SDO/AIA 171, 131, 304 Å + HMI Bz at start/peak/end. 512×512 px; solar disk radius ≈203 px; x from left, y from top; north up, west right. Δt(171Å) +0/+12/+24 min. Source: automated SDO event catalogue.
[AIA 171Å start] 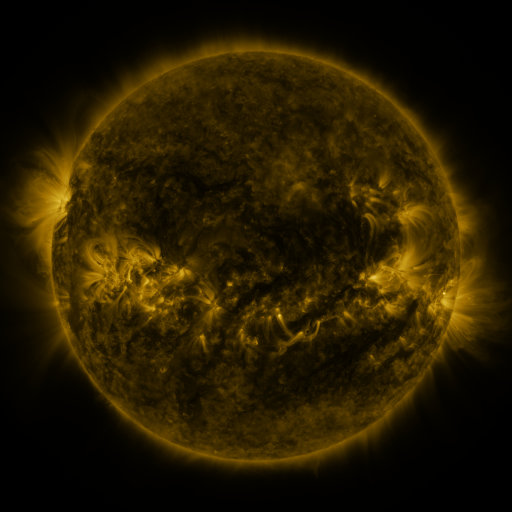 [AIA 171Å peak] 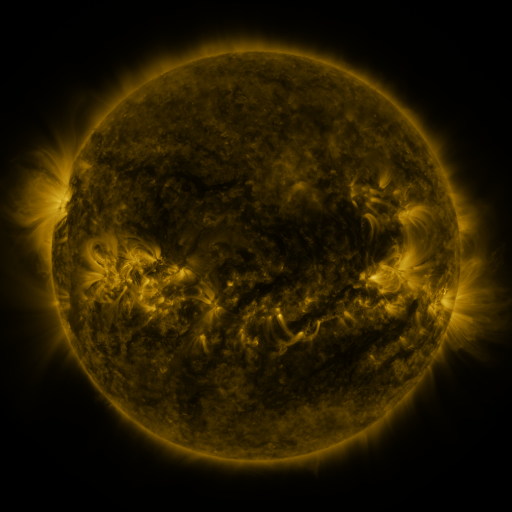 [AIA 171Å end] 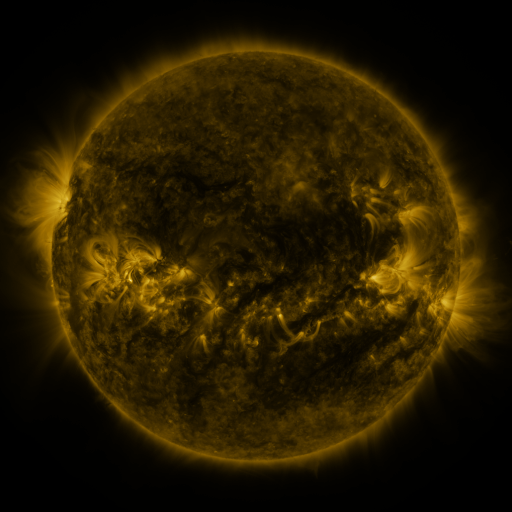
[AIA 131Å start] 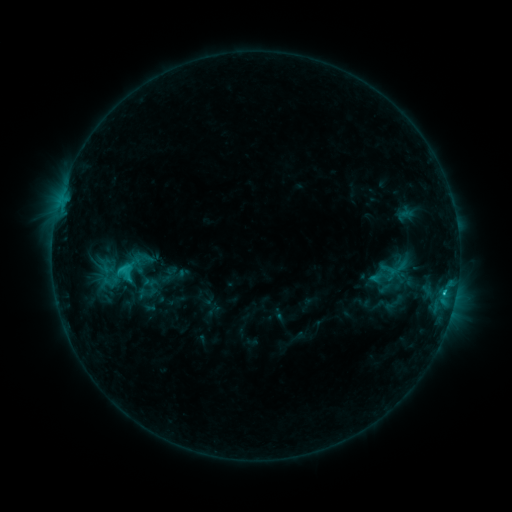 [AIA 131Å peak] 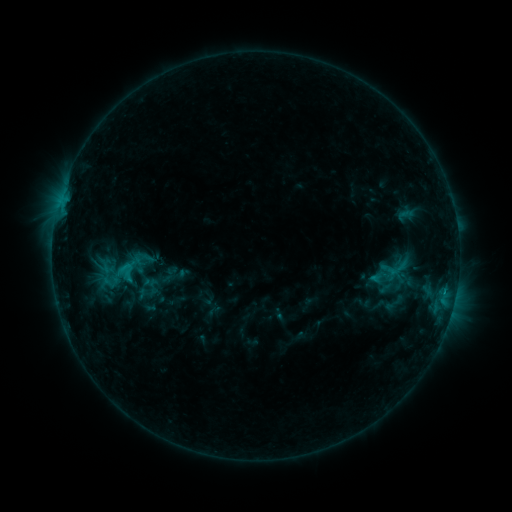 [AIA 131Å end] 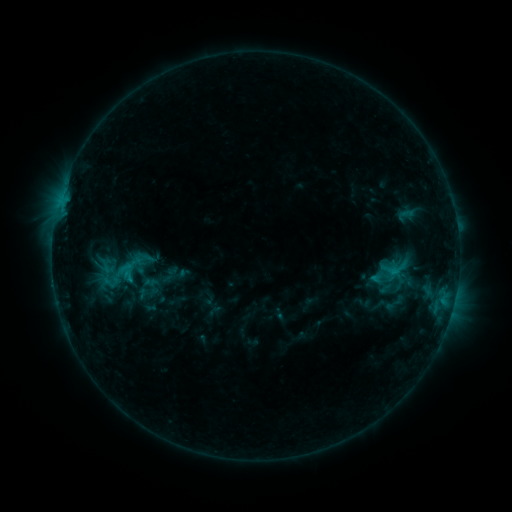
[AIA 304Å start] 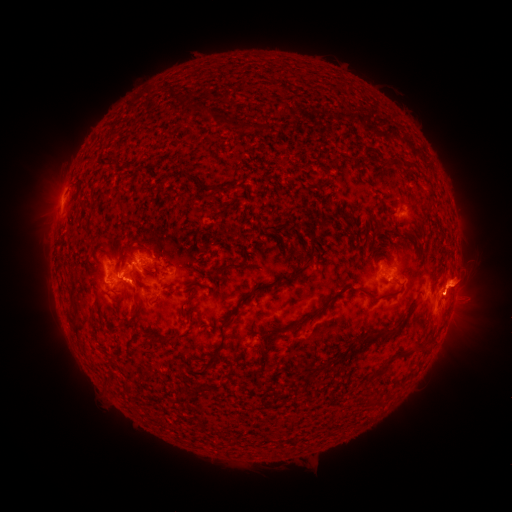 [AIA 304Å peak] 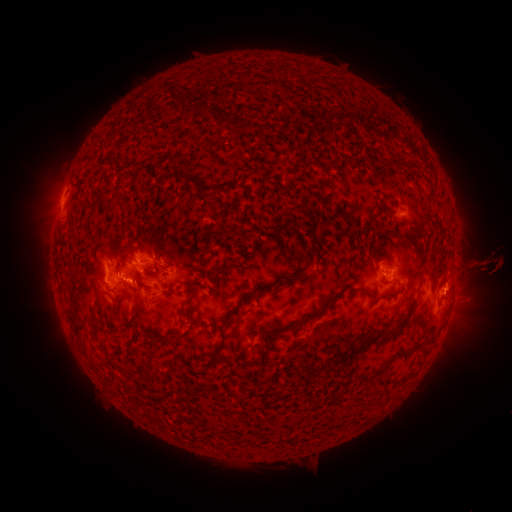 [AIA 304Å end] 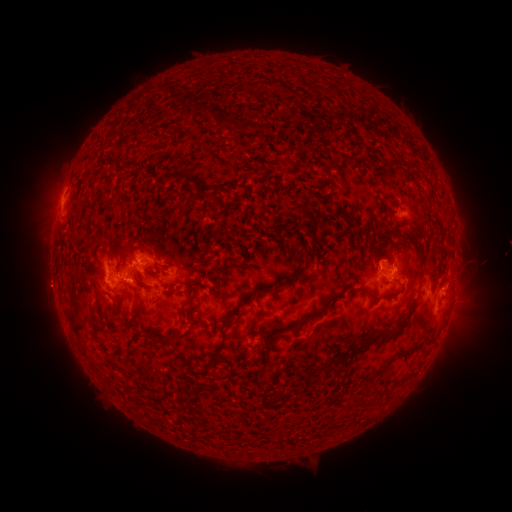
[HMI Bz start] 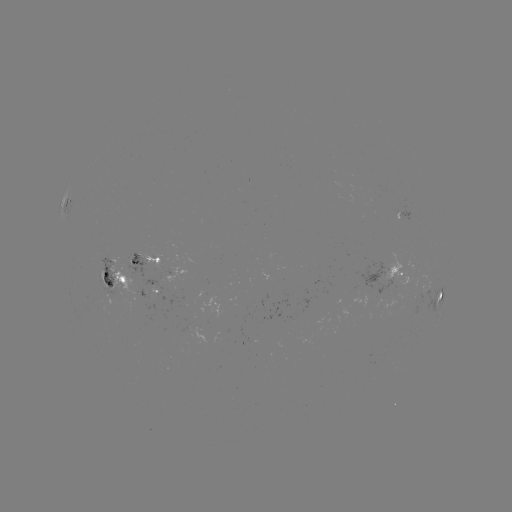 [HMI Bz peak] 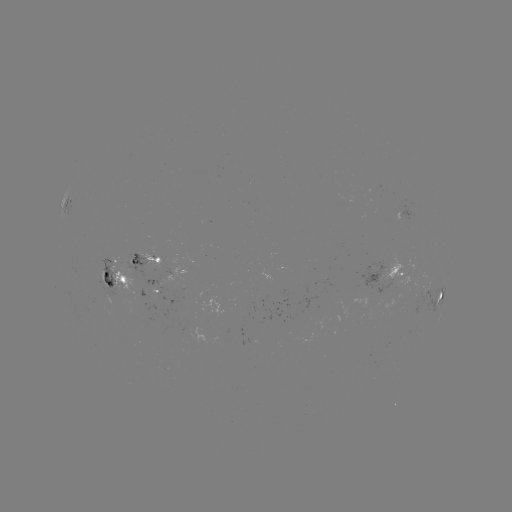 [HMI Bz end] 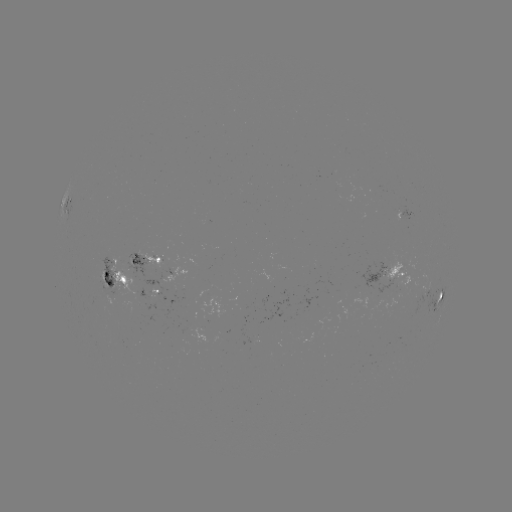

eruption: [404, 235, 511, 348]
